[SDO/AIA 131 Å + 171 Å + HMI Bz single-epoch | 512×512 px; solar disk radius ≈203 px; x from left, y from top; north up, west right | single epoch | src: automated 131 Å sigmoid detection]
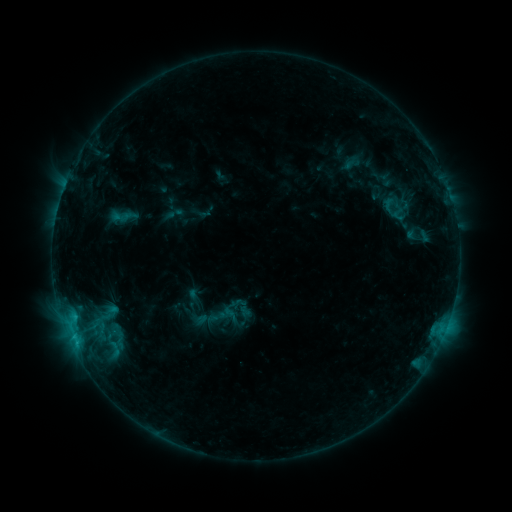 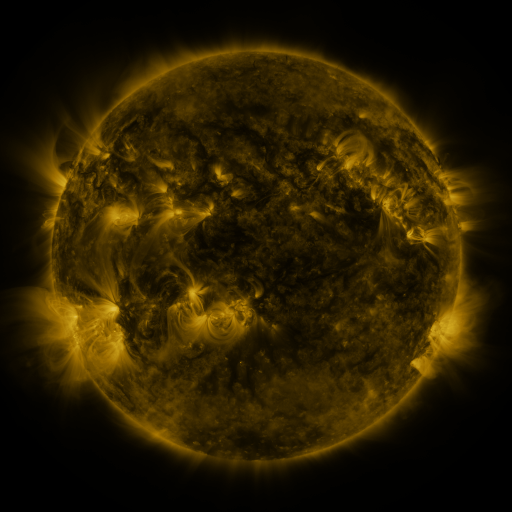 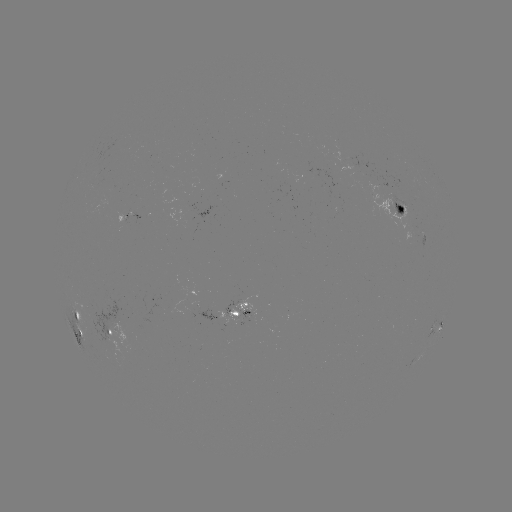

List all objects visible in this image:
sigmoid: (375, 191, 404, 215)
